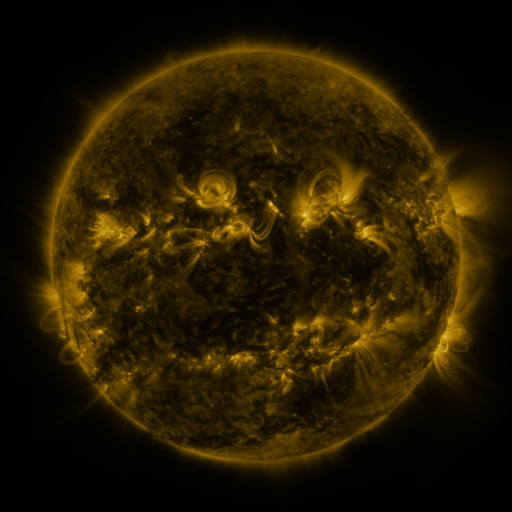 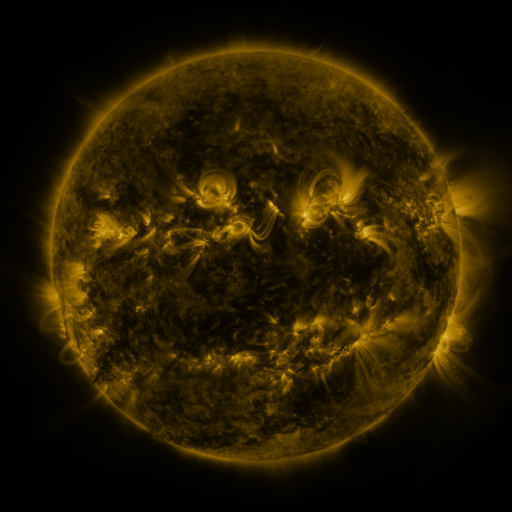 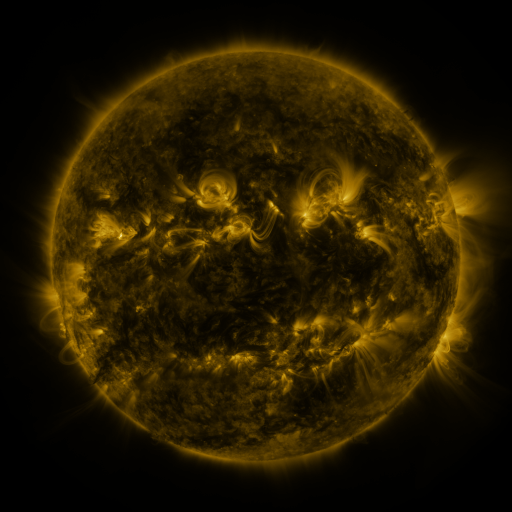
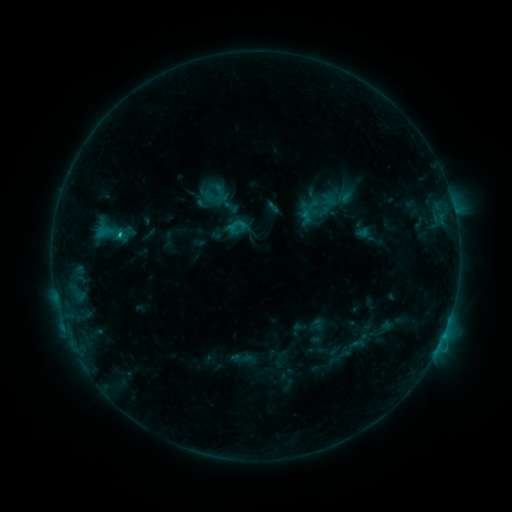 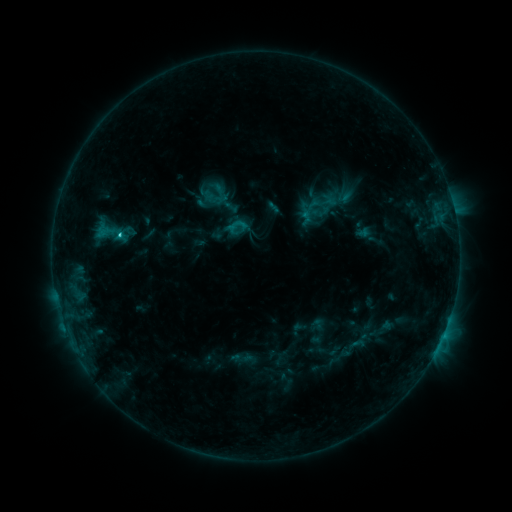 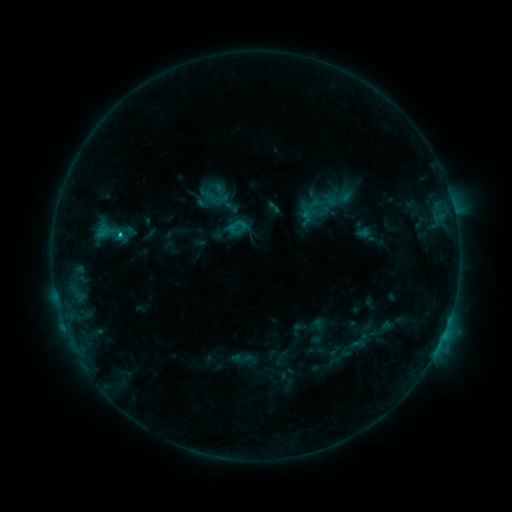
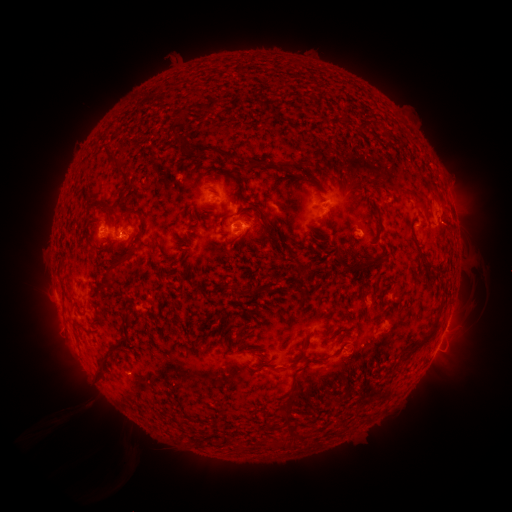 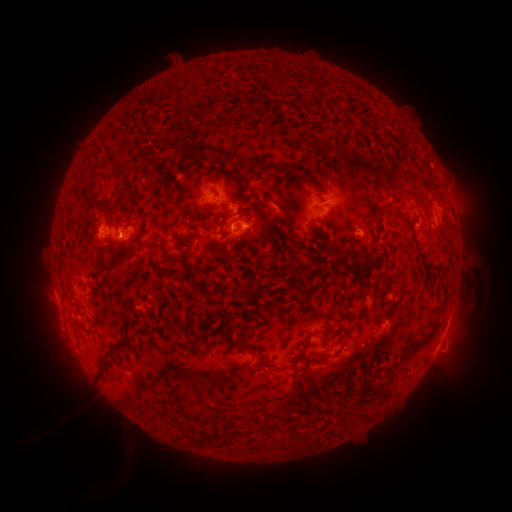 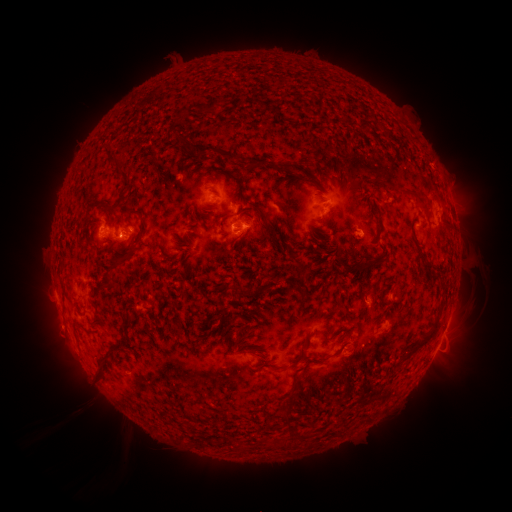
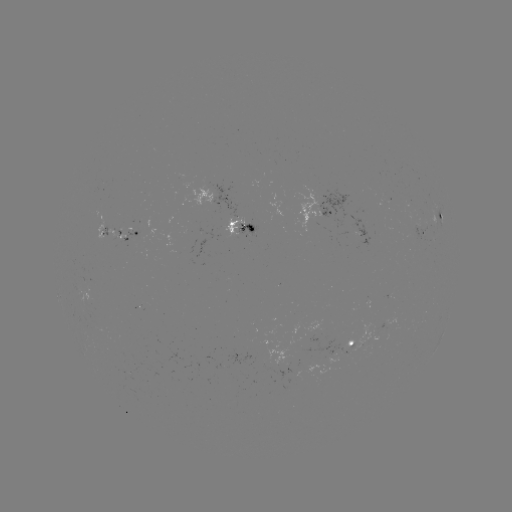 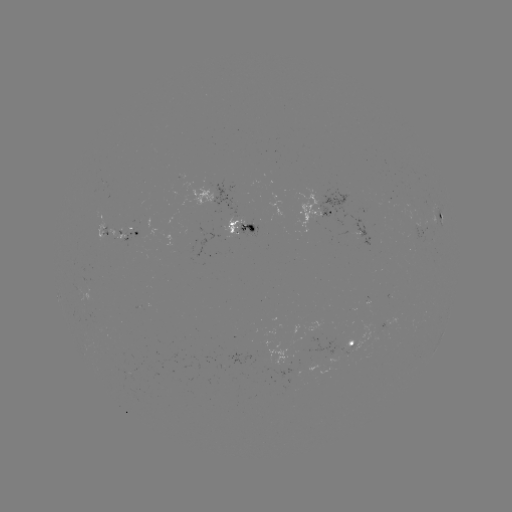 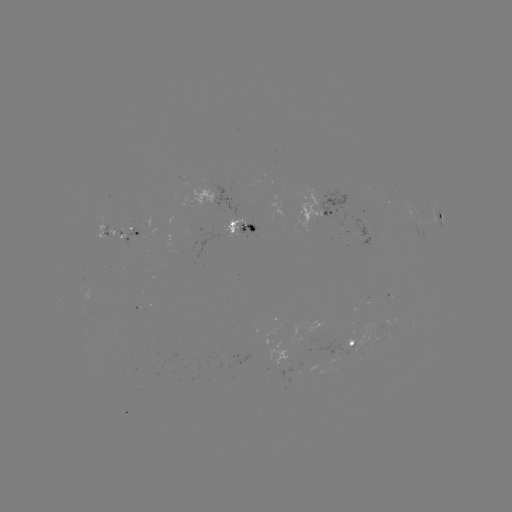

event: flare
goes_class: C1.0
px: (120, 237)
